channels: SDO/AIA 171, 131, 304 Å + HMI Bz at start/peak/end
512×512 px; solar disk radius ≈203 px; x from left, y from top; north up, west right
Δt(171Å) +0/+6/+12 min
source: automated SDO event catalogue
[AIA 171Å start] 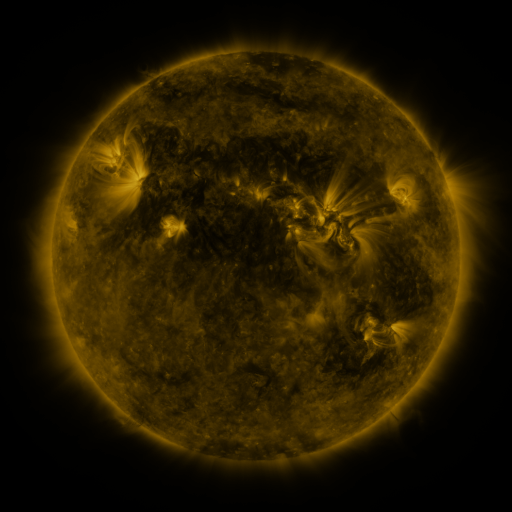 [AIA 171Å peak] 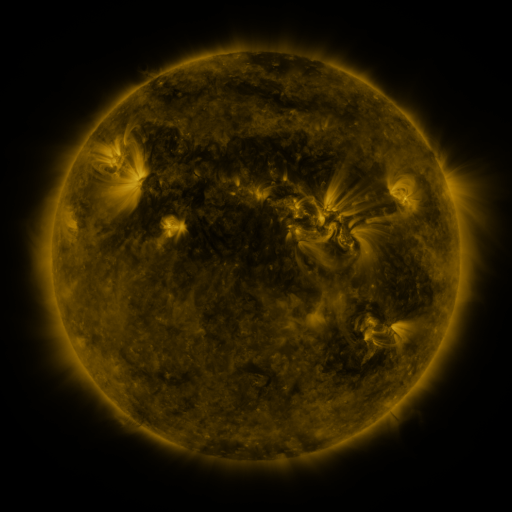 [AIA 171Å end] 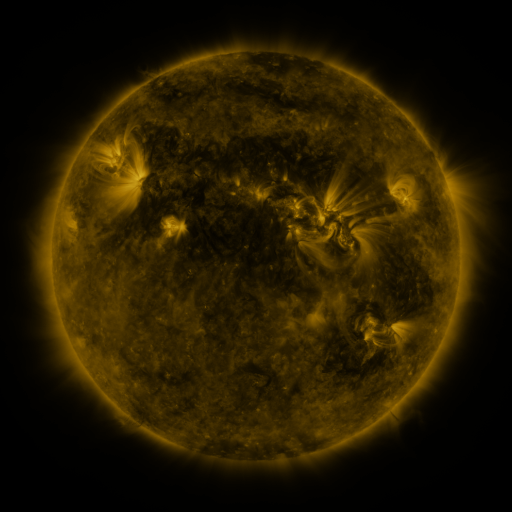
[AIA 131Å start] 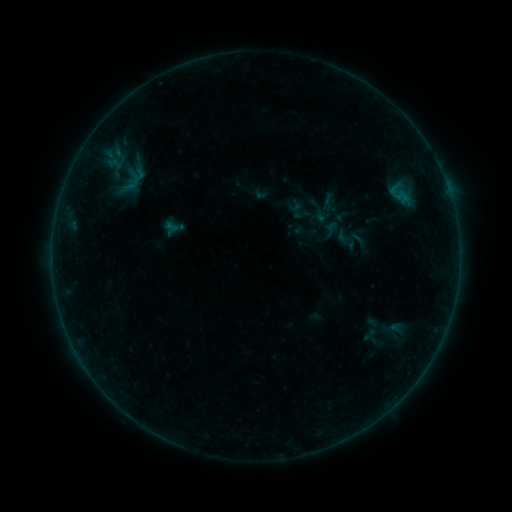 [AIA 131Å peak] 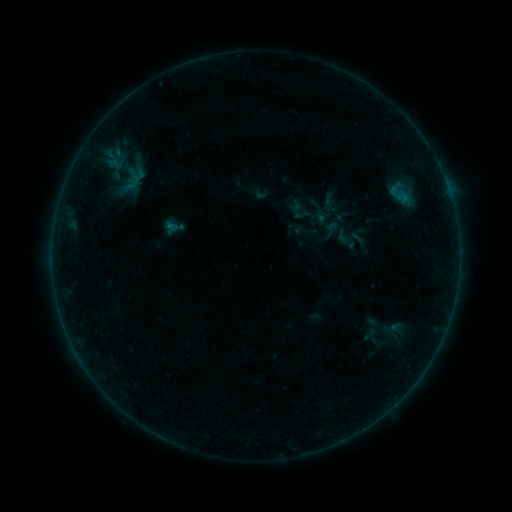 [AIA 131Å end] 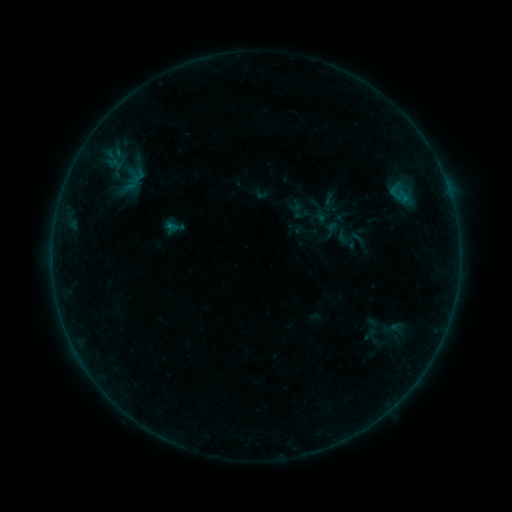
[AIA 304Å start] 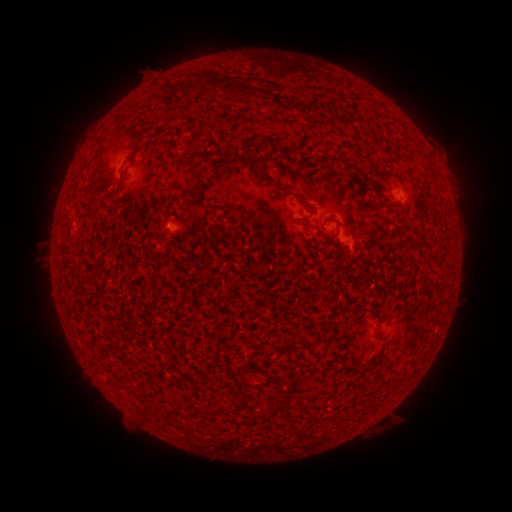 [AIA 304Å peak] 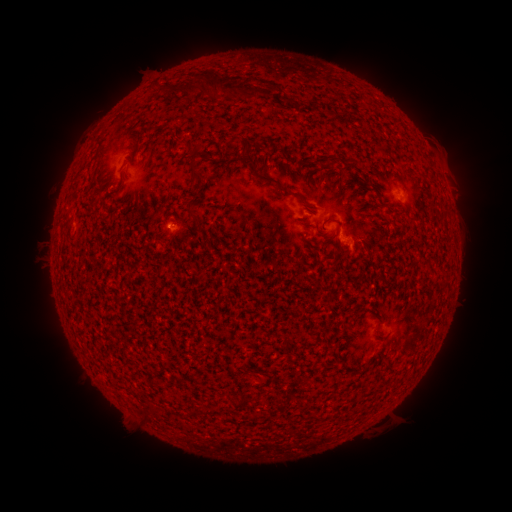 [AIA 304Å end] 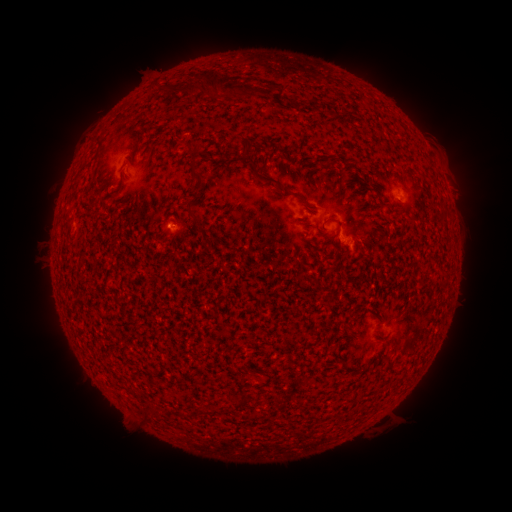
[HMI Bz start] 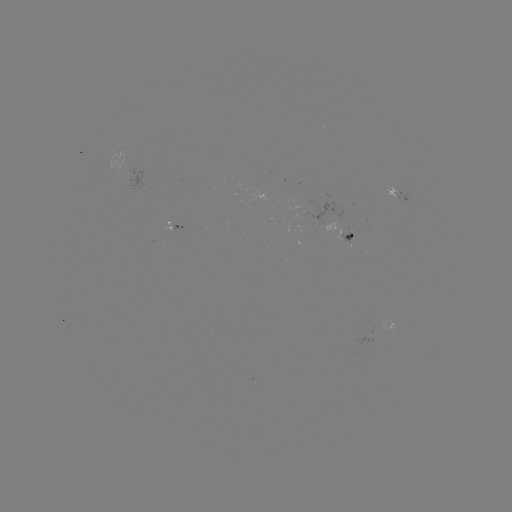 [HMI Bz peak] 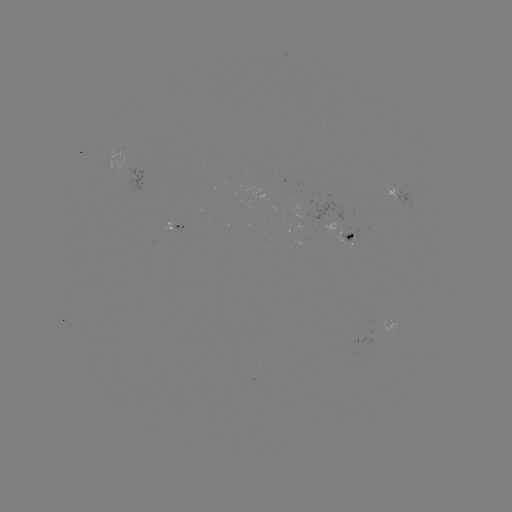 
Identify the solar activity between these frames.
B1.4 flare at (172, 227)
